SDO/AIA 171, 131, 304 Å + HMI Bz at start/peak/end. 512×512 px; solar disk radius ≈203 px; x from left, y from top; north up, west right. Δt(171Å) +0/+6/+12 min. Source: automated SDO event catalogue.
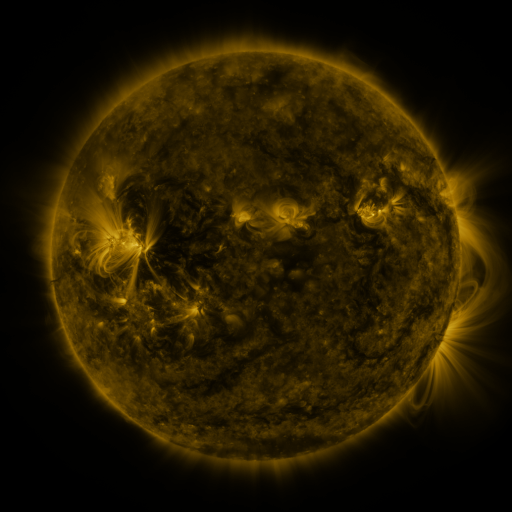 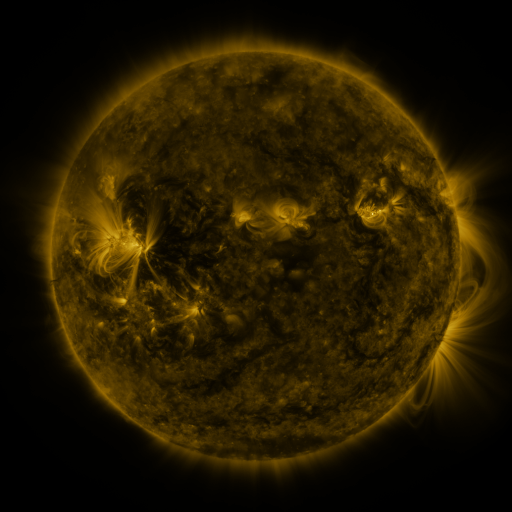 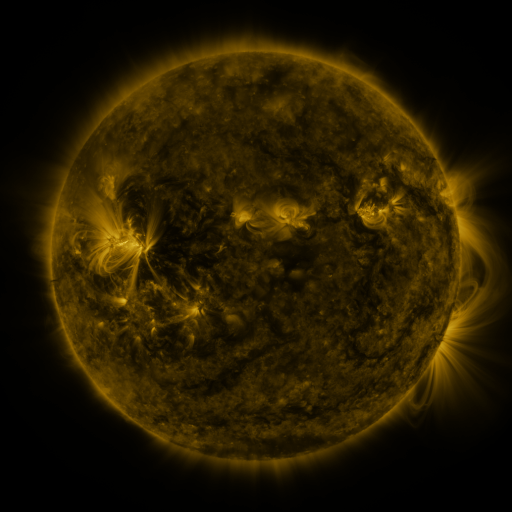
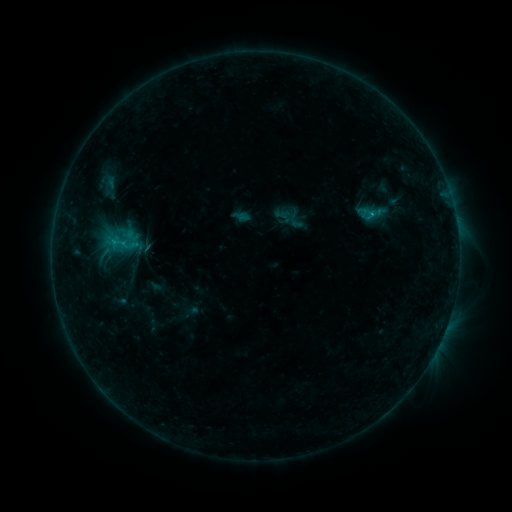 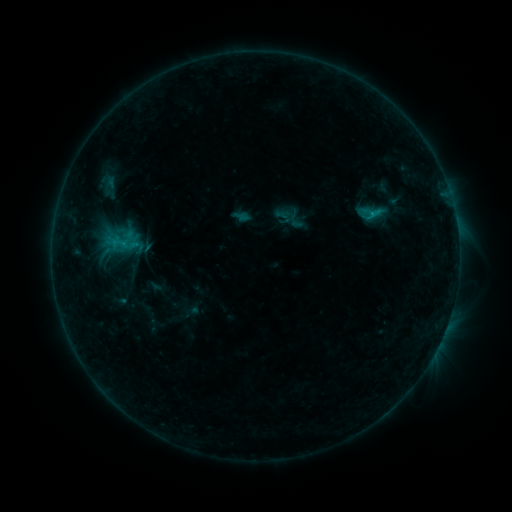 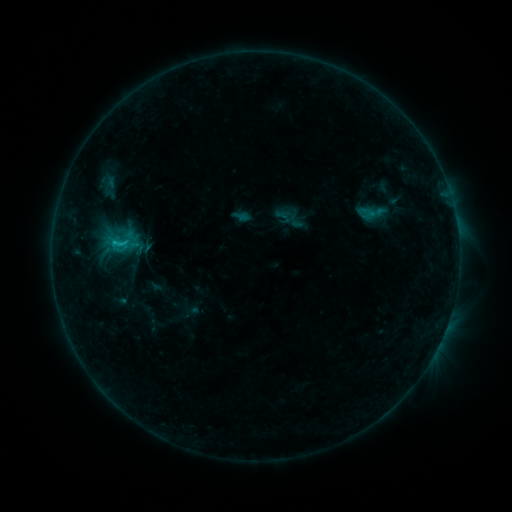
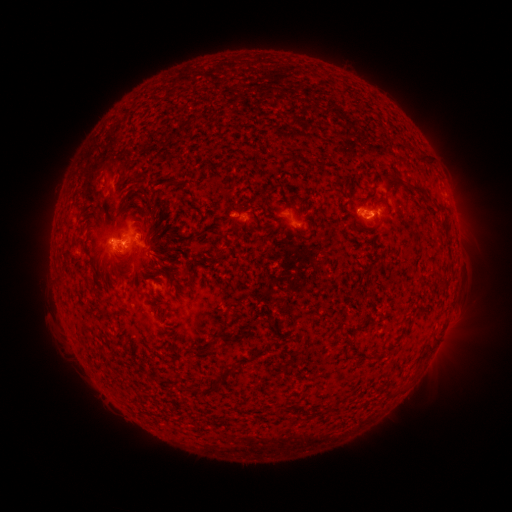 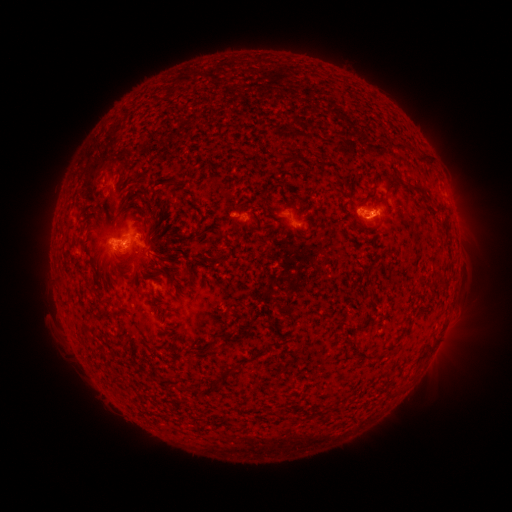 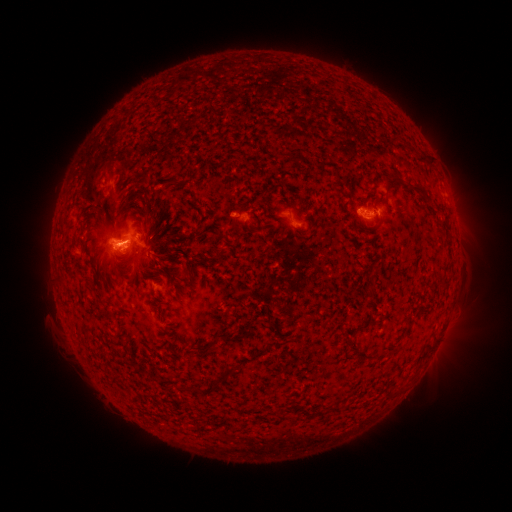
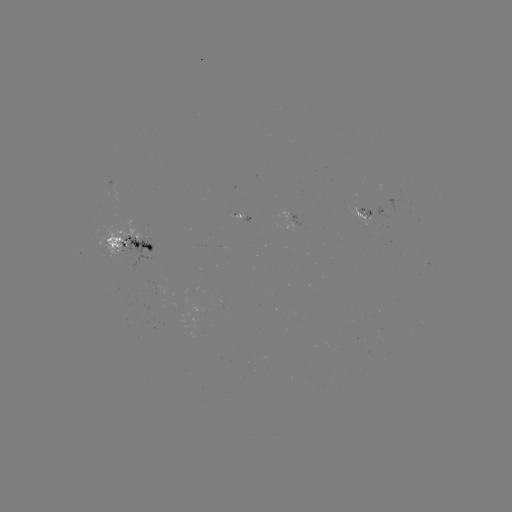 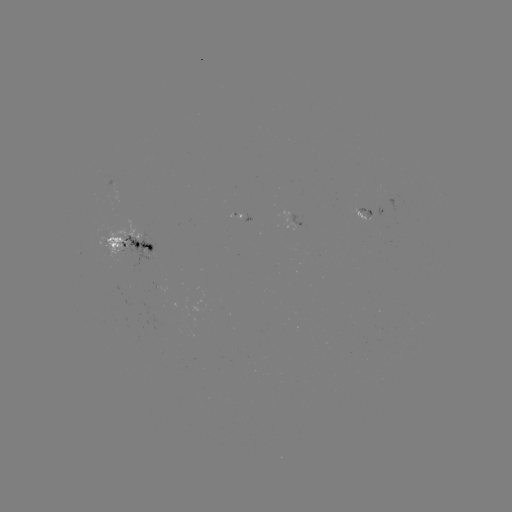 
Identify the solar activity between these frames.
C1.1 flare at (125, 246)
